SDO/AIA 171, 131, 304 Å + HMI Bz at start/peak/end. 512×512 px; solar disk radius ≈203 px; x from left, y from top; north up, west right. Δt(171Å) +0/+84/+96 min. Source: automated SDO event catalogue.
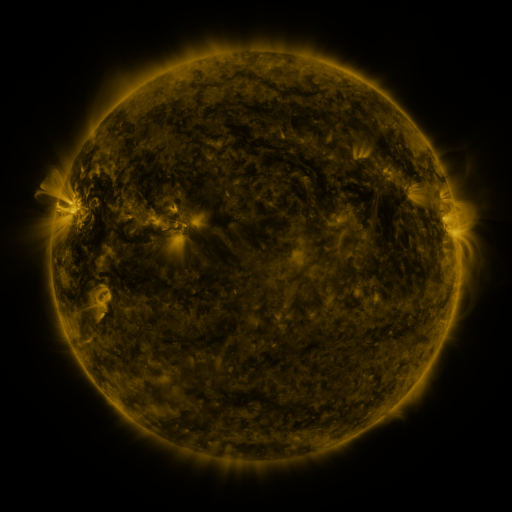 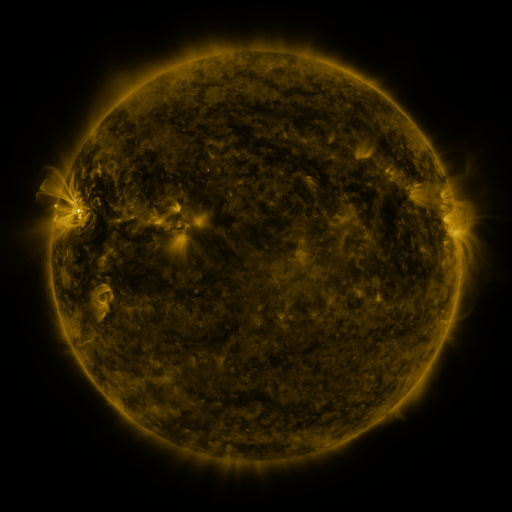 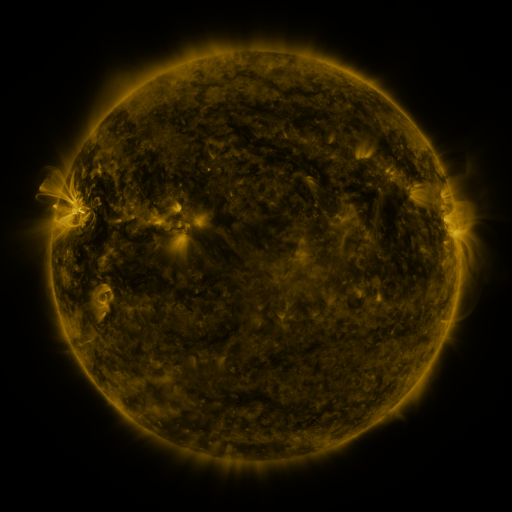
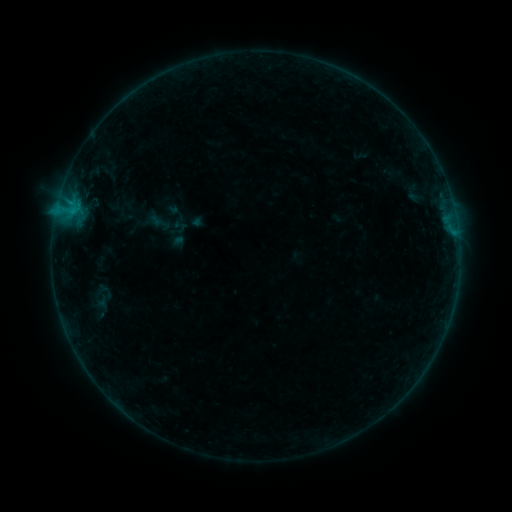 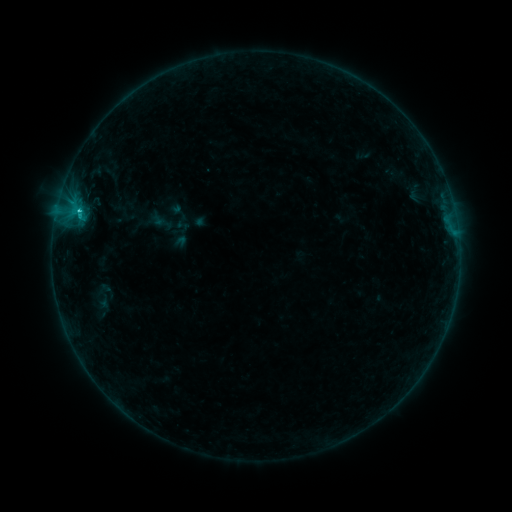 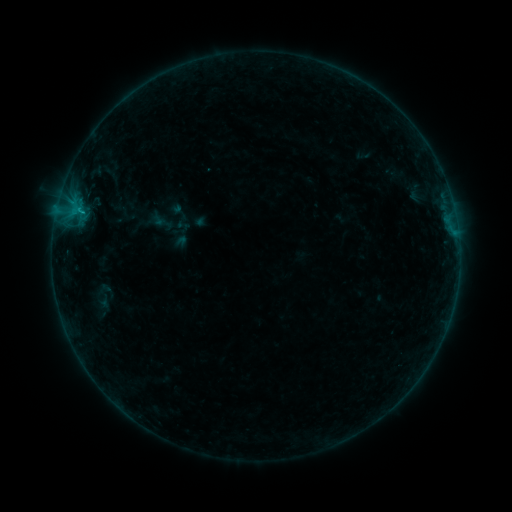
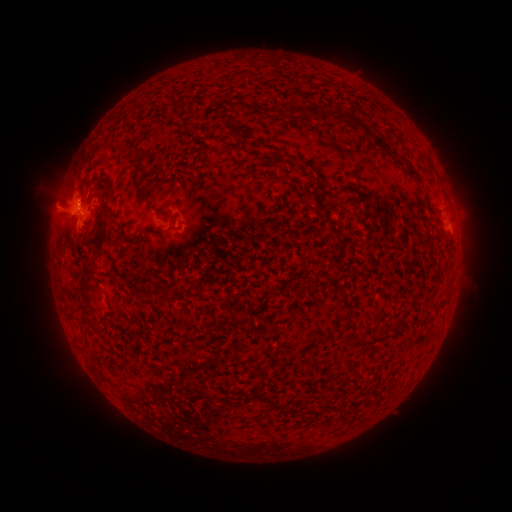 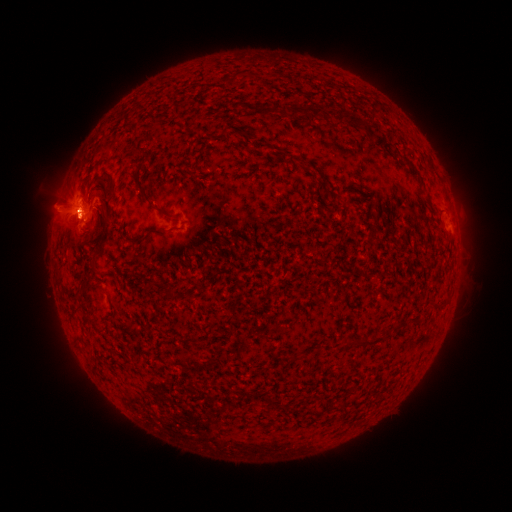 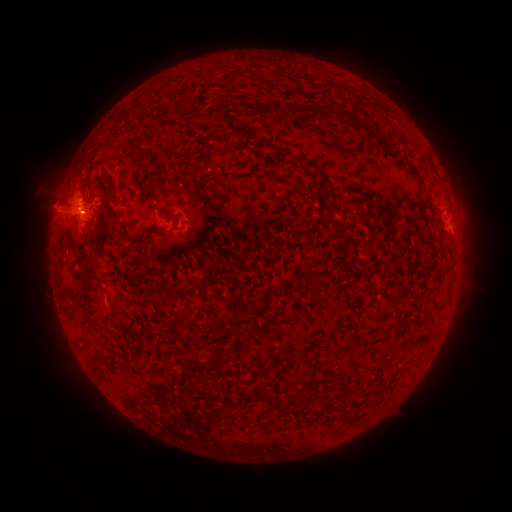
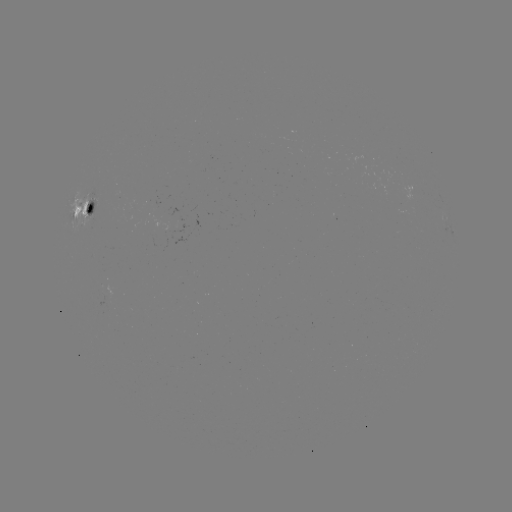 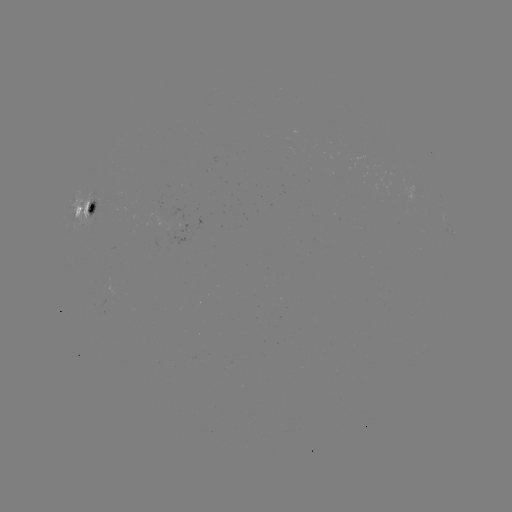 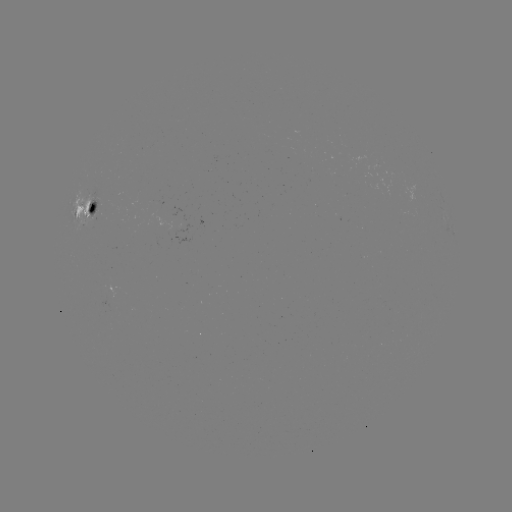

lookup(emerging-flux region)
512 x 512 (176, 230)